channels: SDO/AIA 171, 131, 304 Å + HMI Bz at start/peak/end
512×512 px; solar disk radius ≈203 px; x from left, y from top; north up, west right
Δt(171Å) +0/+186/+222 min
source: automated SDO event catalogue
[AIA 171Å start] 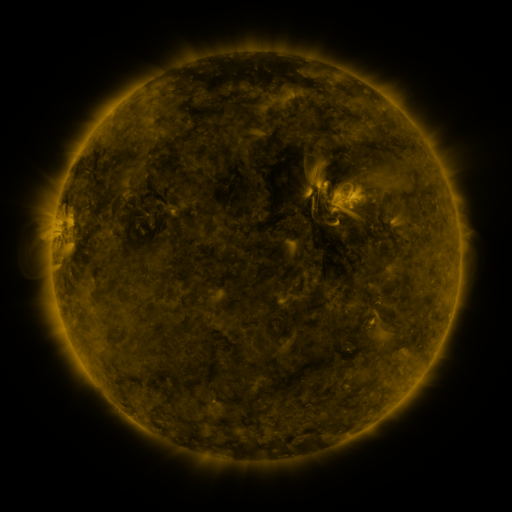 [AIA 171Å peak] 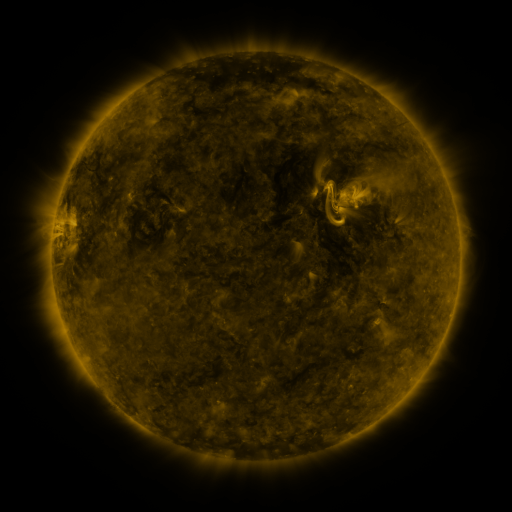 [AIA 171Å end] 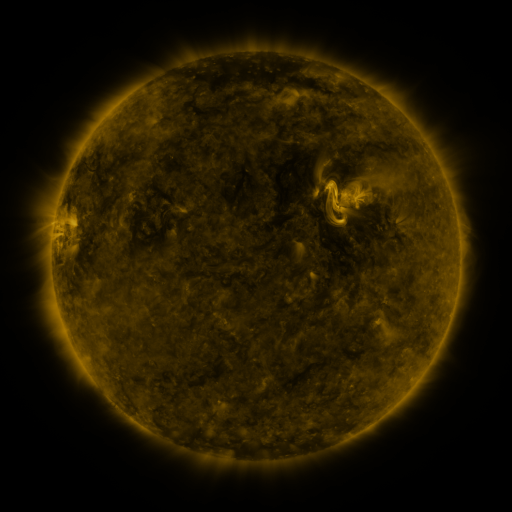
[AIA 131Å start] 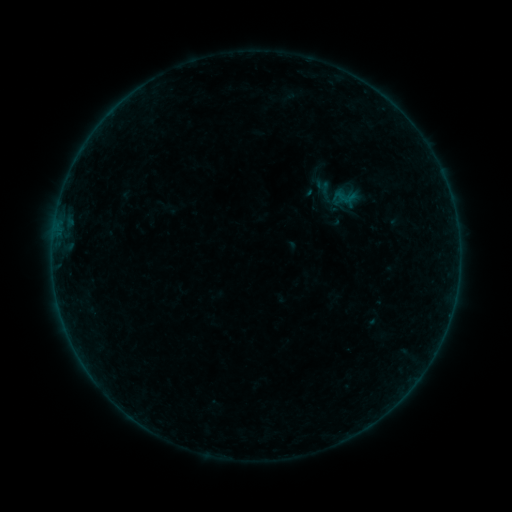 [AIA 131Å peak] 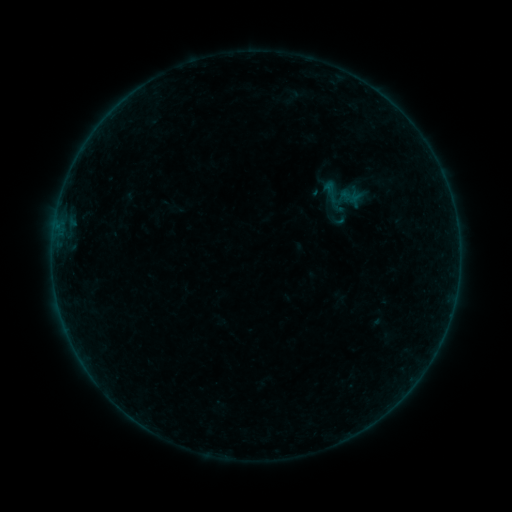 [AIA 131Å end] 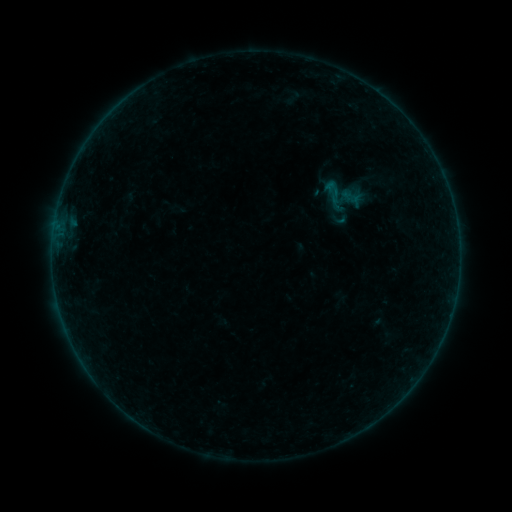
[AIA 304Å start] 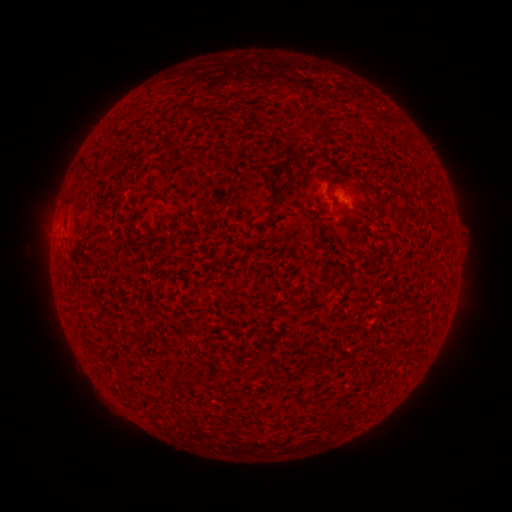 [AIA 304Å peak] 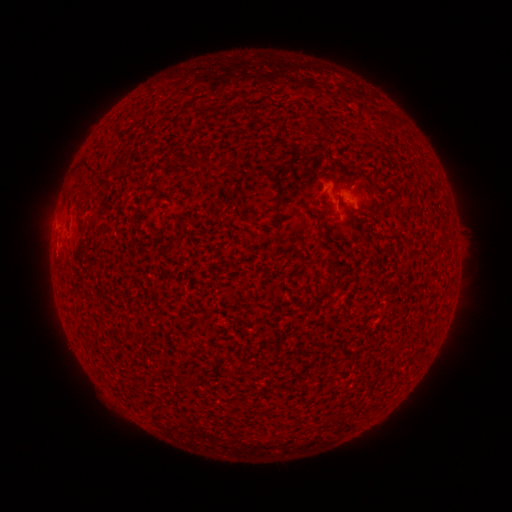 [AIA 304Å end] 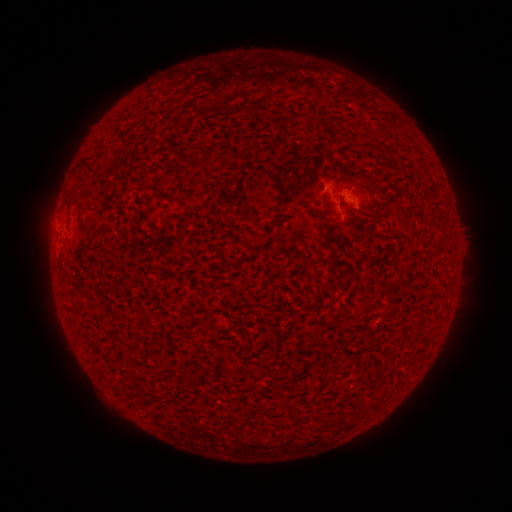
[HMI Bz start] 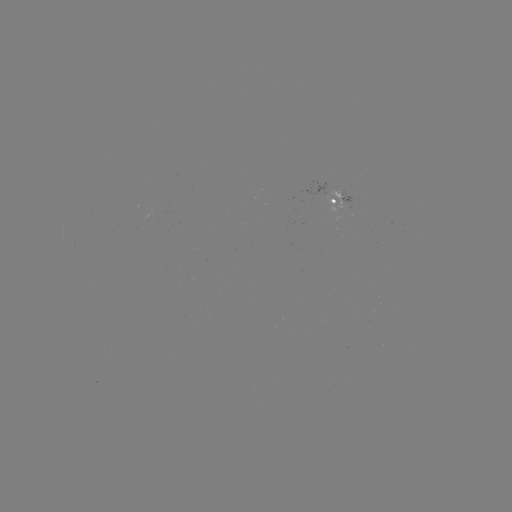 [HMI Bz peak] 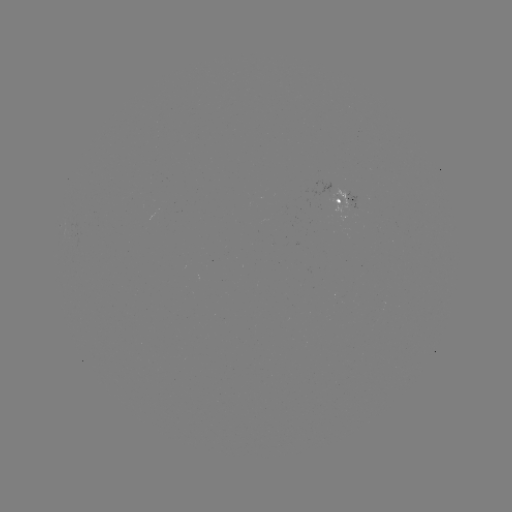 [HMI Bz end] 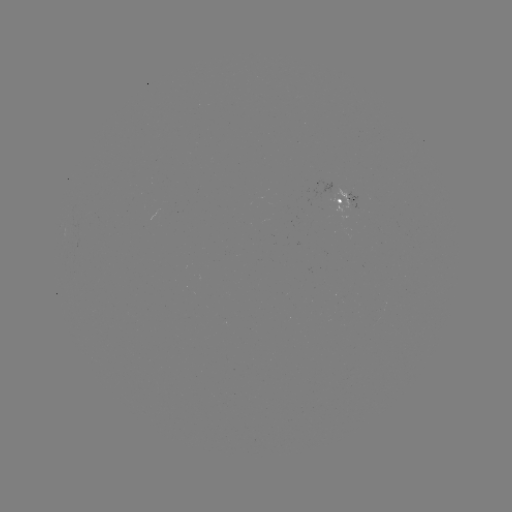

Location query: B1.3 flare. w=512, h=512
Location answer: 333,194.